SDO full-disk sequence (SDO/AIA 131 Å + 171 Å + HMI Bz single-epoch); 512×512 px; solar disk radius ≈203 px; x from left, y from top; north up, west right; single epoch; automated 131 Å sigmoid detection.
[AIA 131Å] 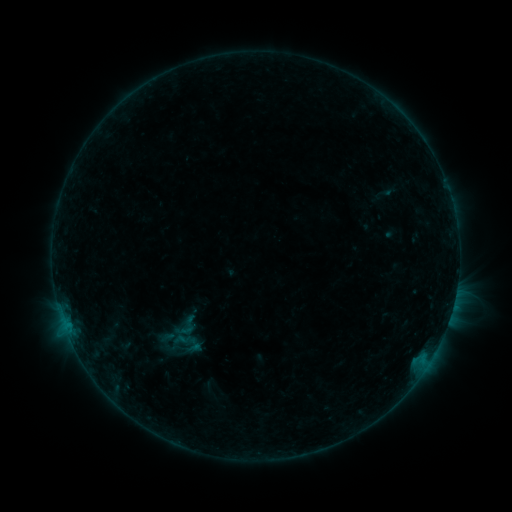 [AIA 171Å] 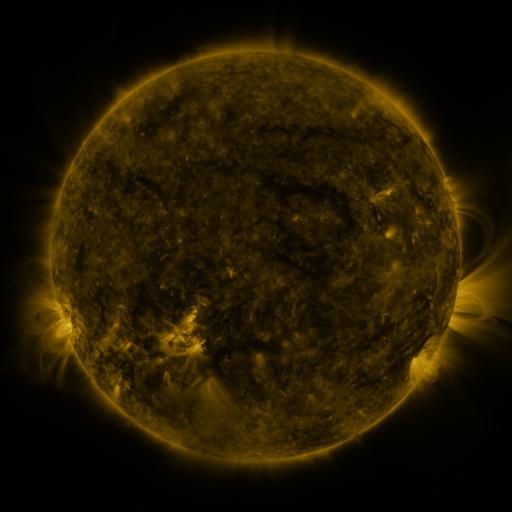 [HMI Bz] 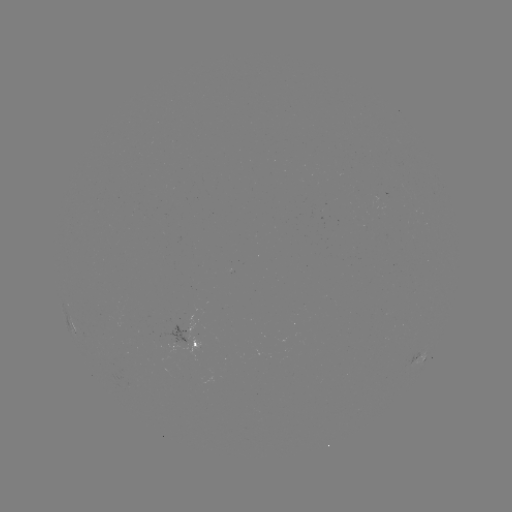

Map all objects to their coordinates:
sigmoid: (186, 326)
